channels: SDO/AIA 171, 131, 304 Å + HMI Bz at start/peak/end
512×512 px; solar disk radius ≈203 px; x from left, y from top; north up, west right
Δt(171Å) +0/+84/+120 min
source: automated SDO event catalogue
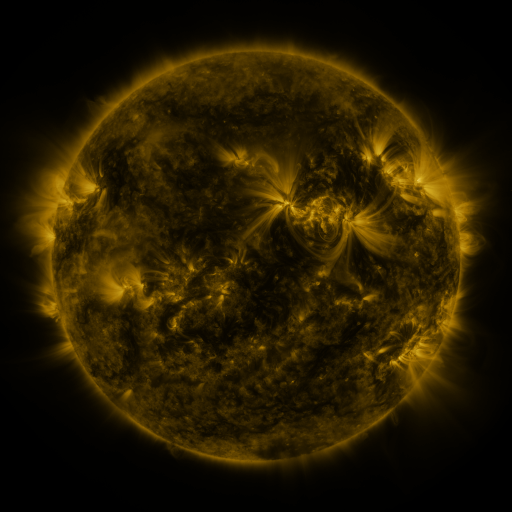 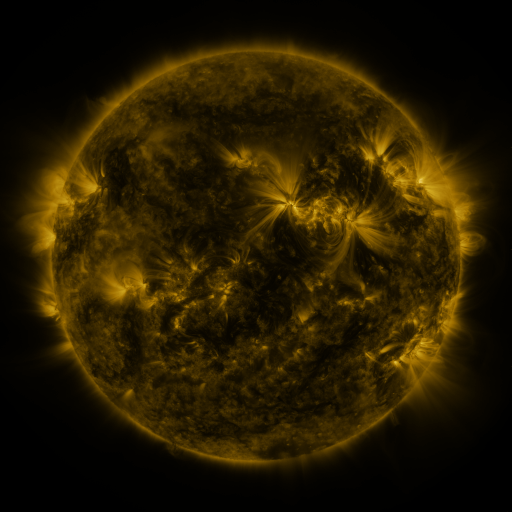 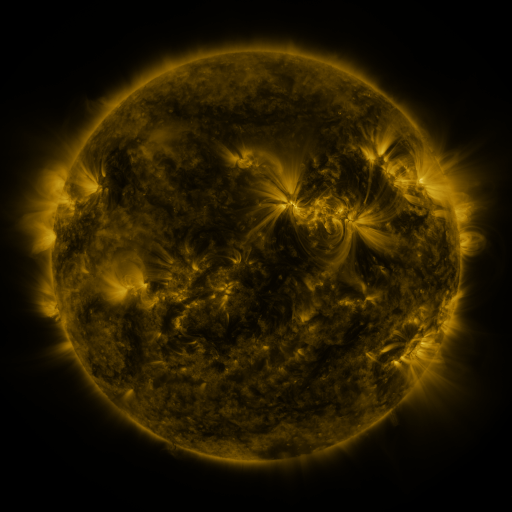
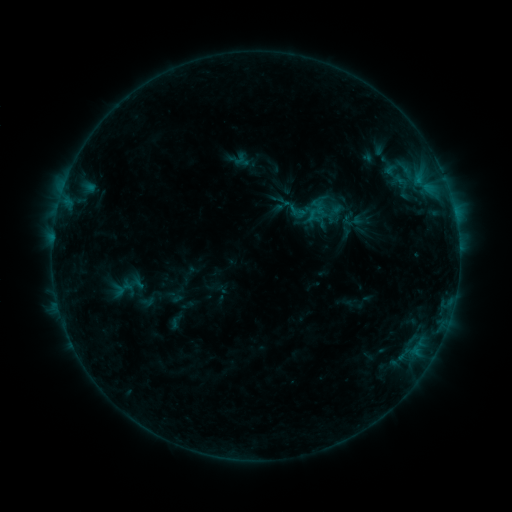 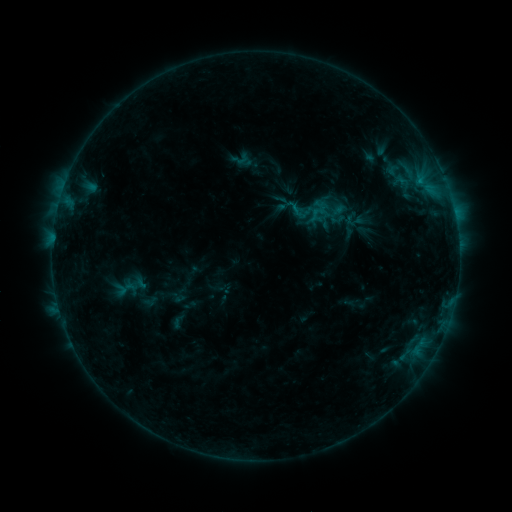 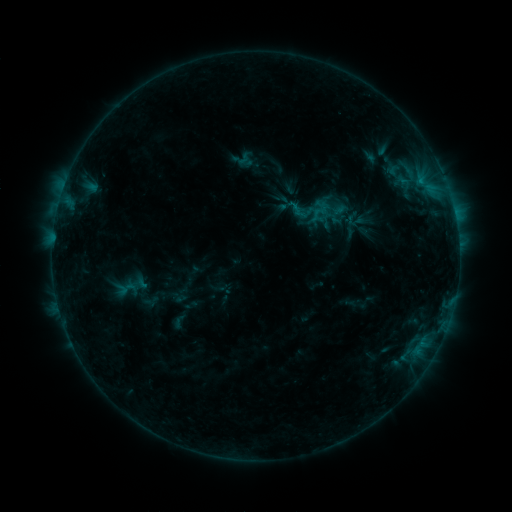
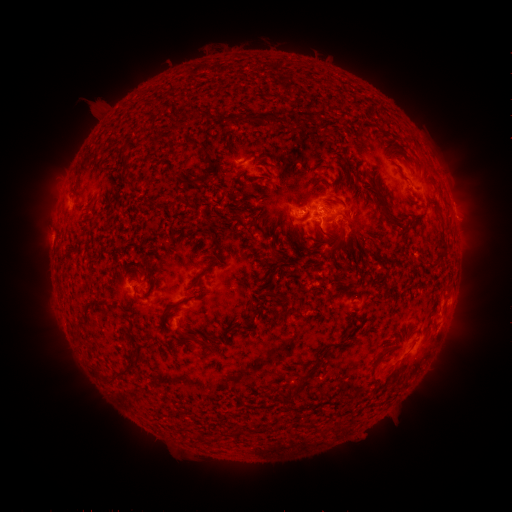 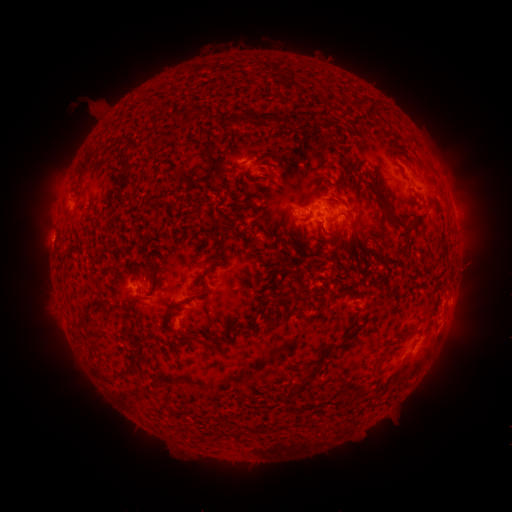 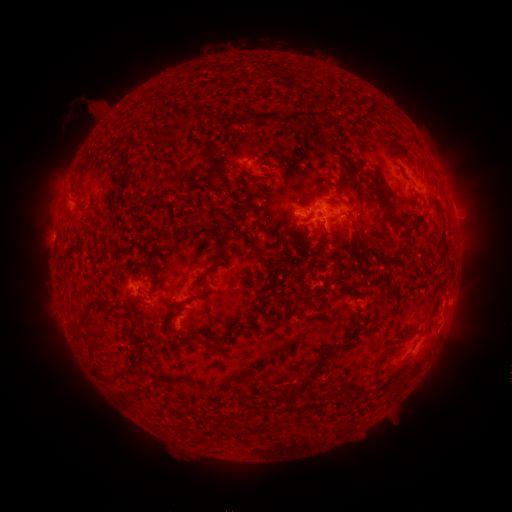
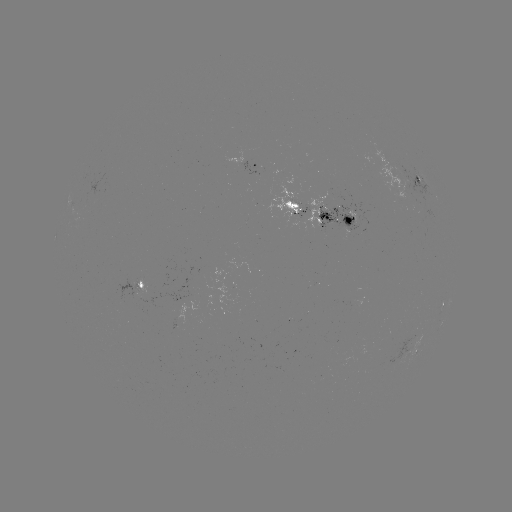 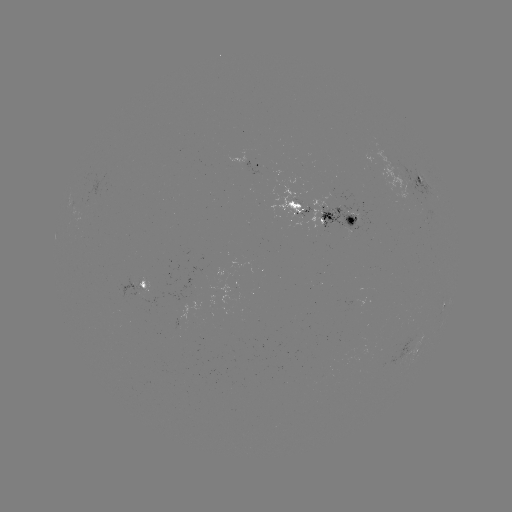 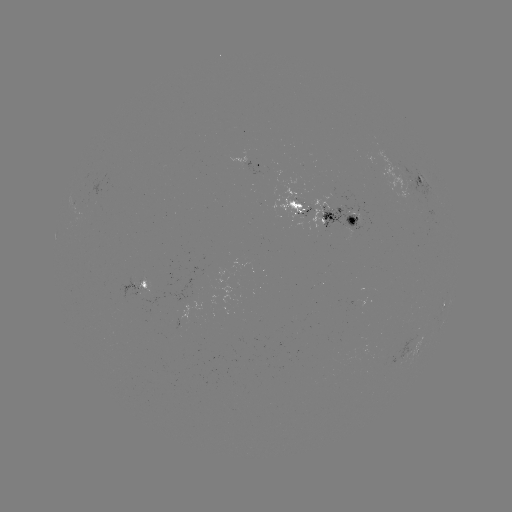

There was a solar emerging-flux region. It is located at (300, 201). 